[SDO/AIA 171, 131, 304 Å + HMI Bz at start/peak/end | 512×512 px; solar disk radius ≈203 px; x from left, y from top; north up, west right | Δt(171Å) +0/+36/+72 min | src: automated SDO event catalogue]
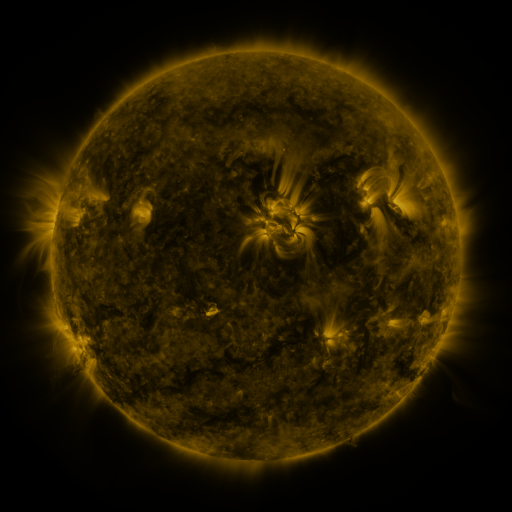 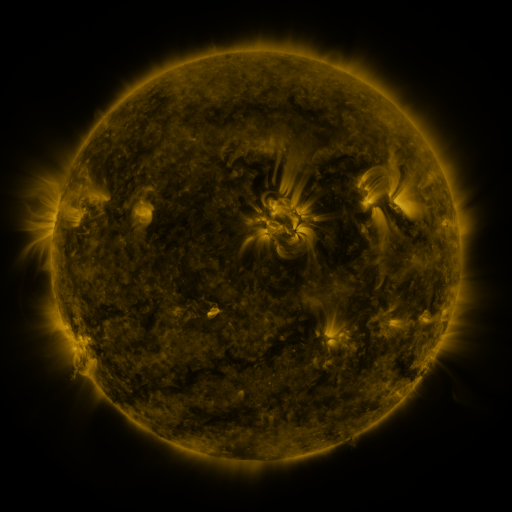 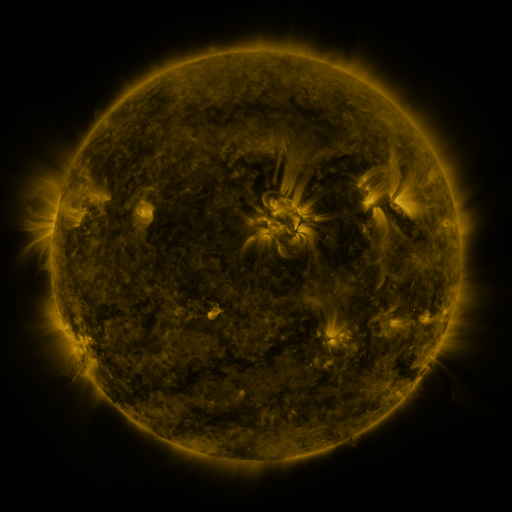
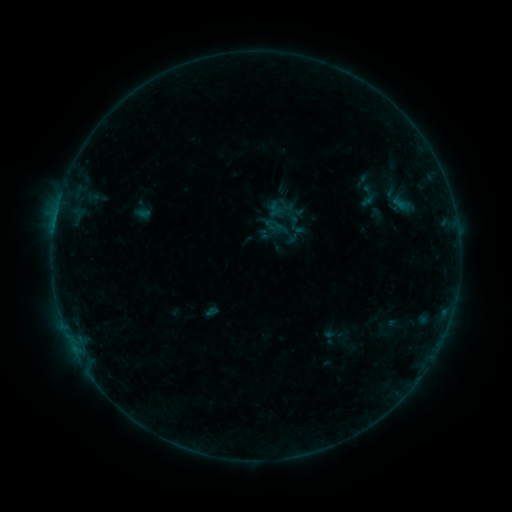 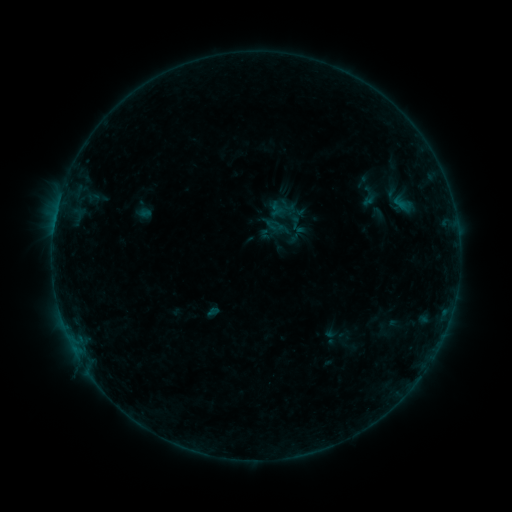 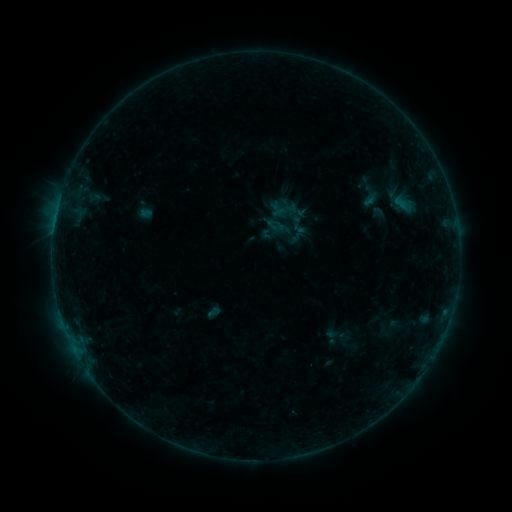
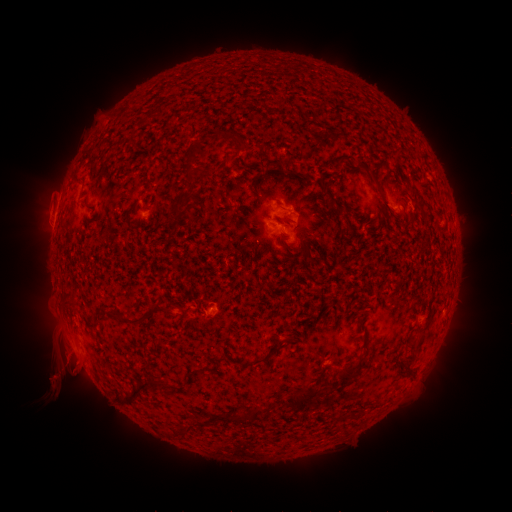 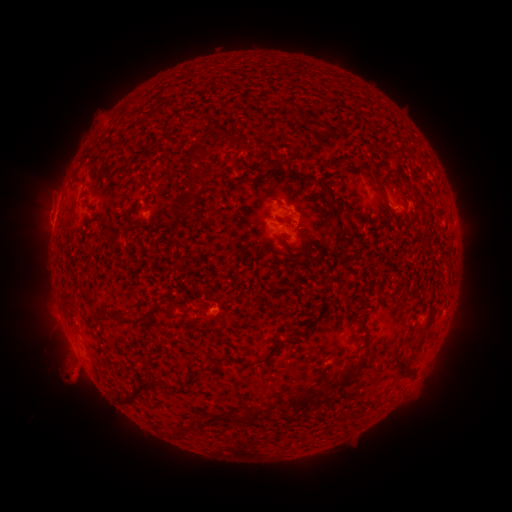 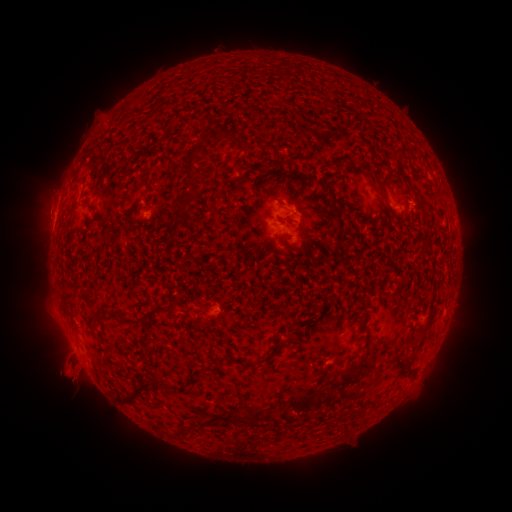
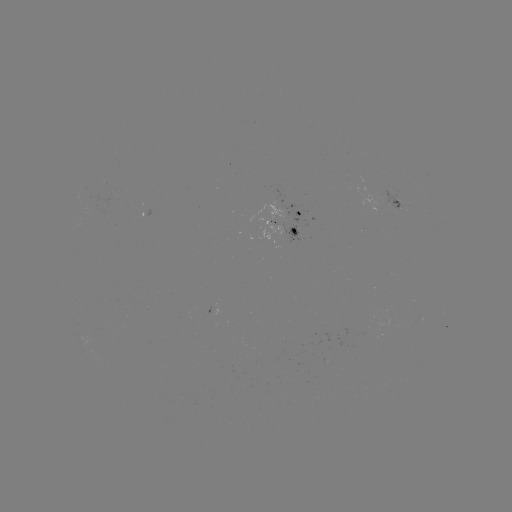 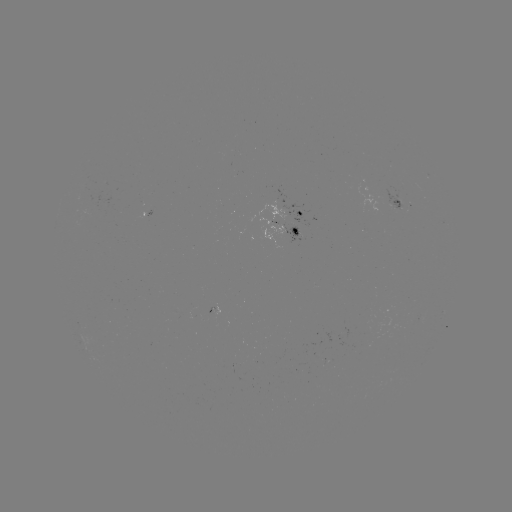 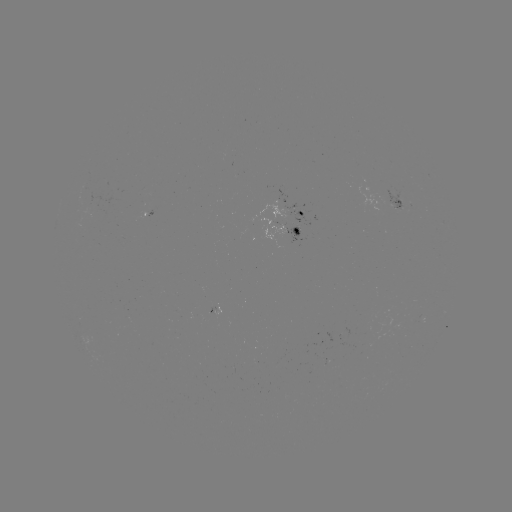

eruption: <bbox>33, 324, 99, 411</bbox>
